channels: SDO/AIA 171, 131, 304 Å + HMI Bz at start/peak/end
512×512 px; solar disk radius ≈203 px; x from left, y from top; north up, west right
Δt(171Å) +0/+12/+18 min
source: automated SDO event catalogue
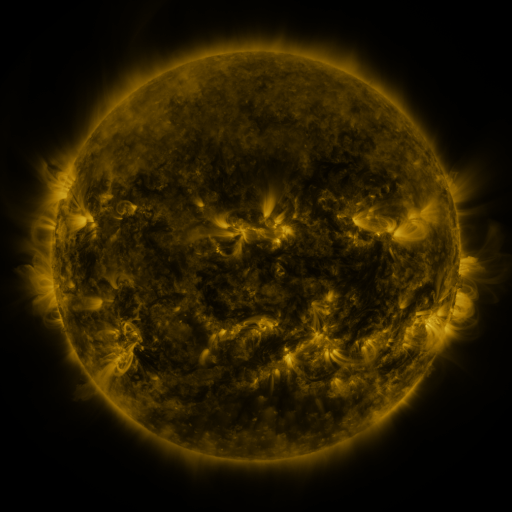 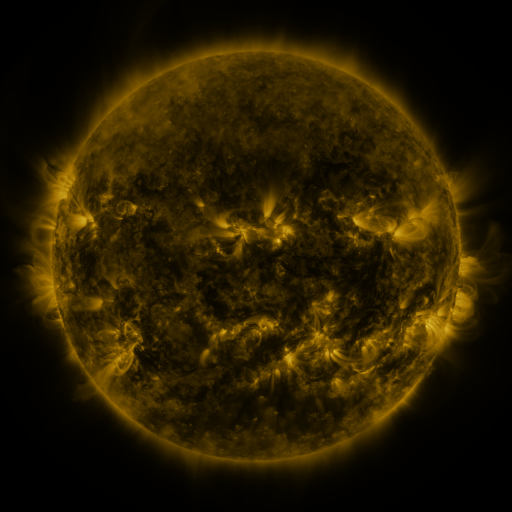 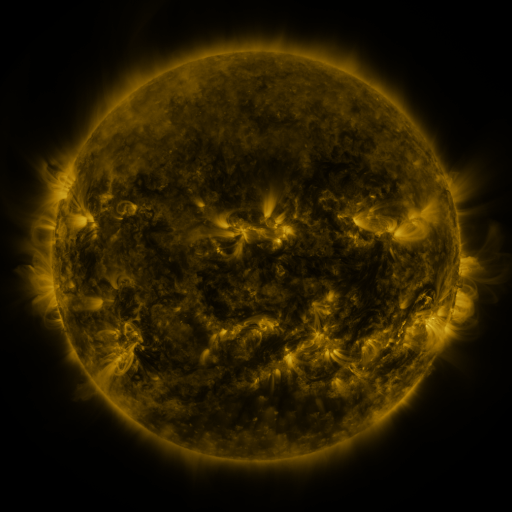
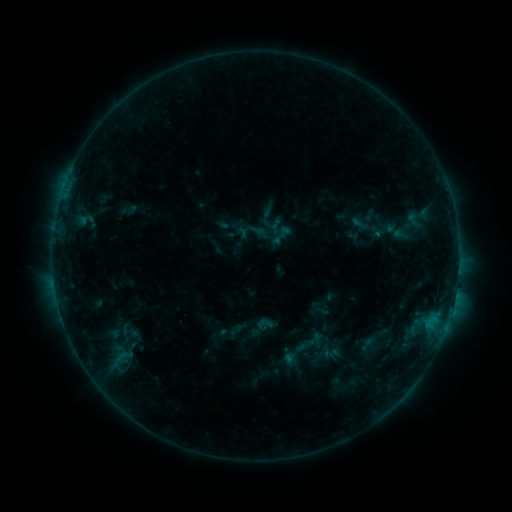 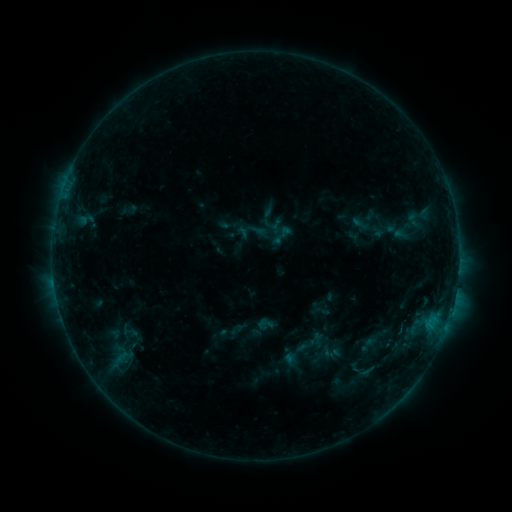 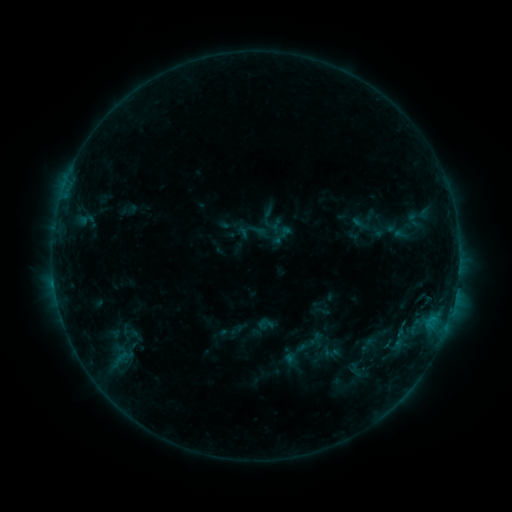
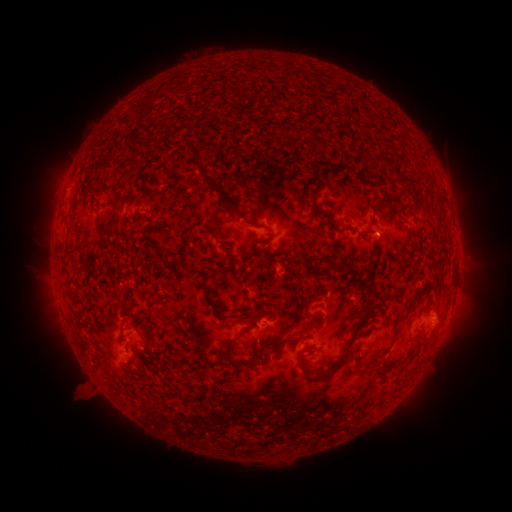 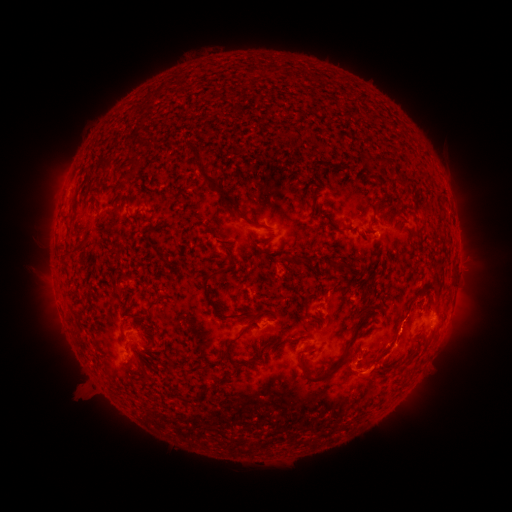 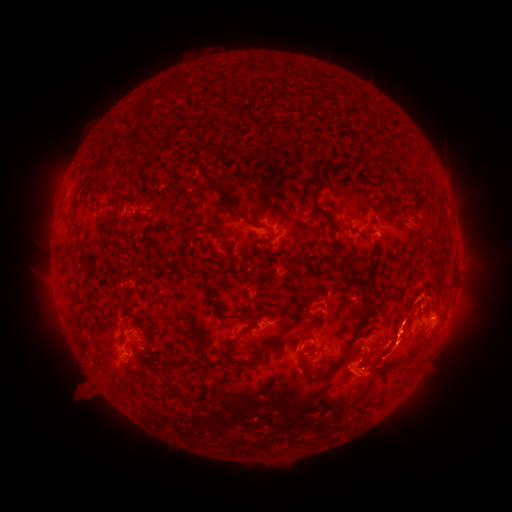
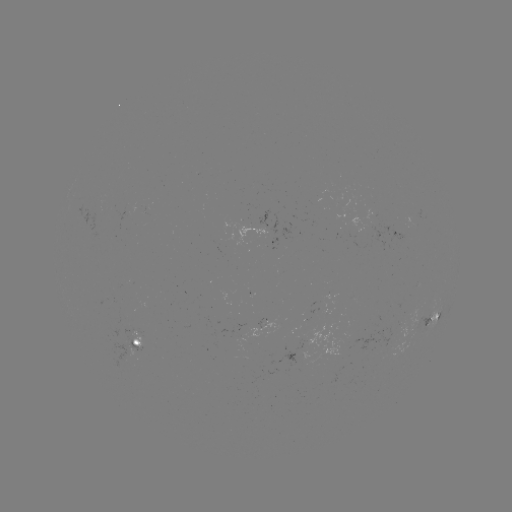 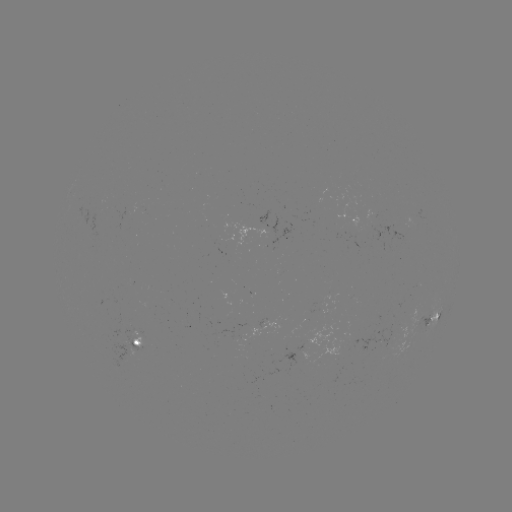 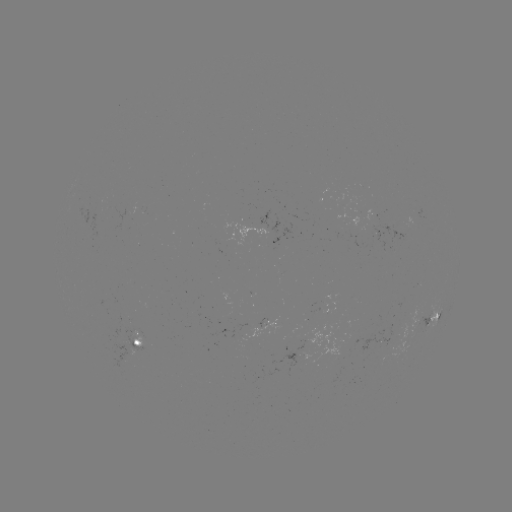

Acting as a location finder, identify eruption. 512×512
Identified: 374,373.